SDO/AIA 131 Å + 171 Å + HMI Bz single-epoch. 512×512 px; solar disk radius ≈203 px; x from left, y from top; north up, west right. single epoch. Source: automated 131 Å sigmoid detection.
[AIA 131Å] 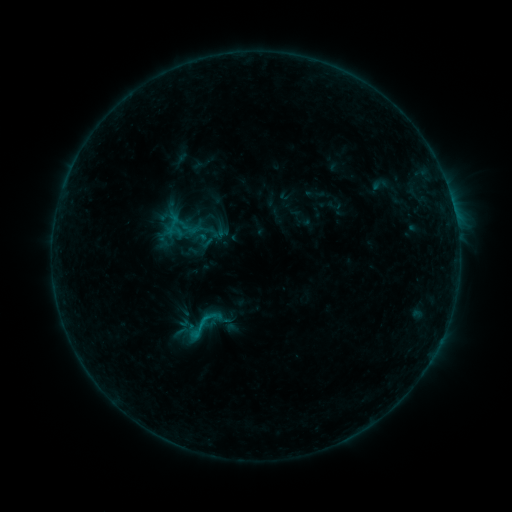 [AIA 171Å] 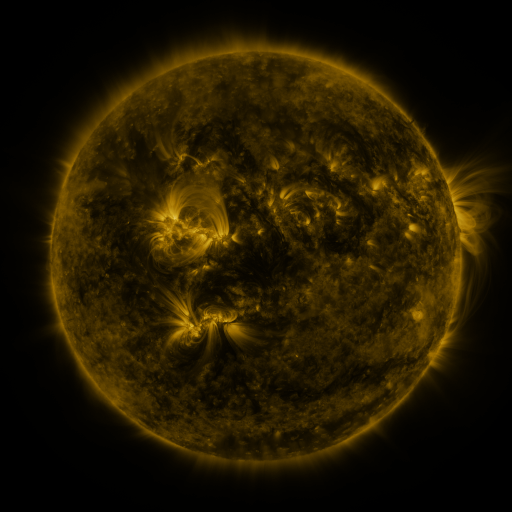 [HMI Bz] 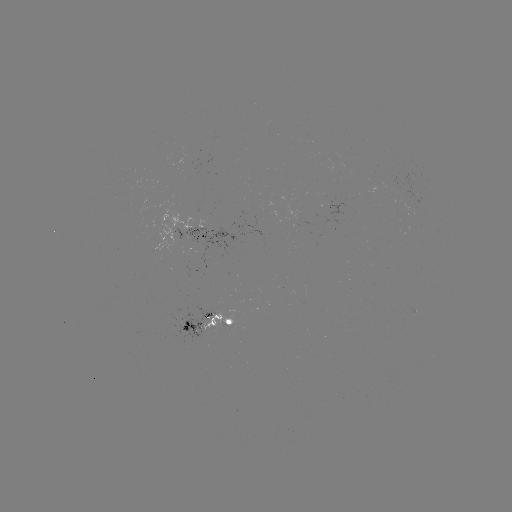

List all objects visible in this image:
sigmoid: <bbox>161, 211, 186, 237</bbox>
sigmoid: <bbox>177, 303, 227, 344</bbox>
